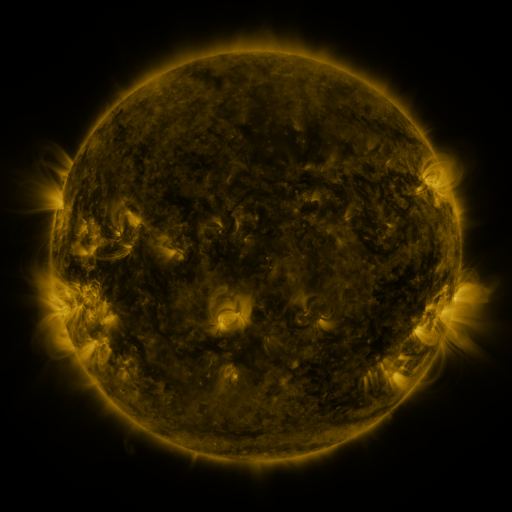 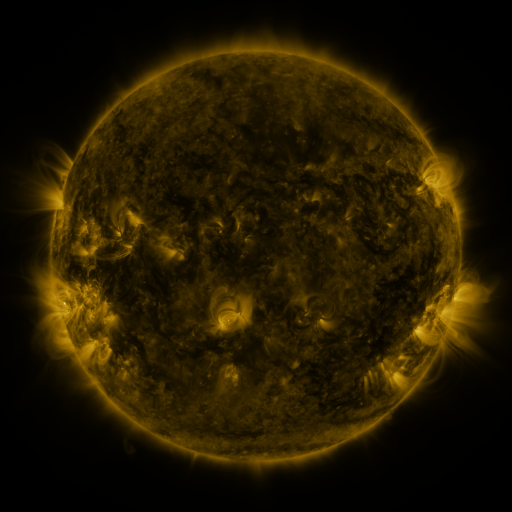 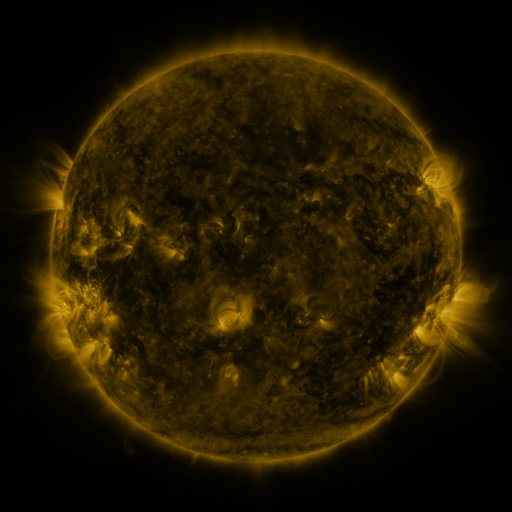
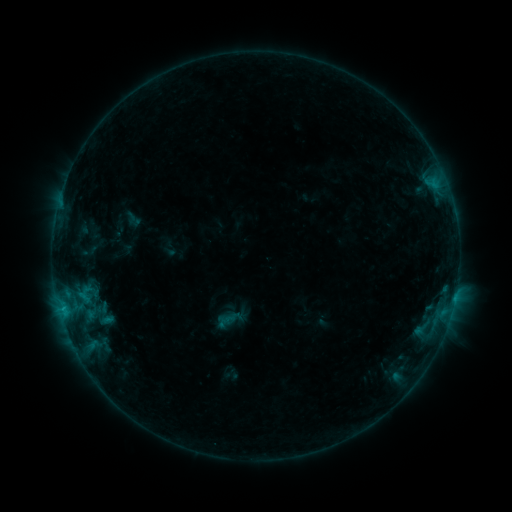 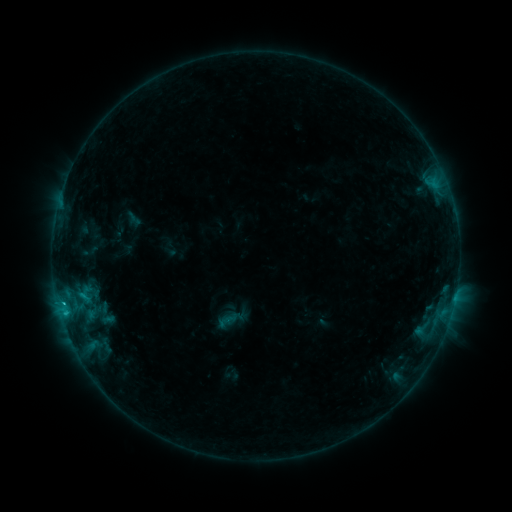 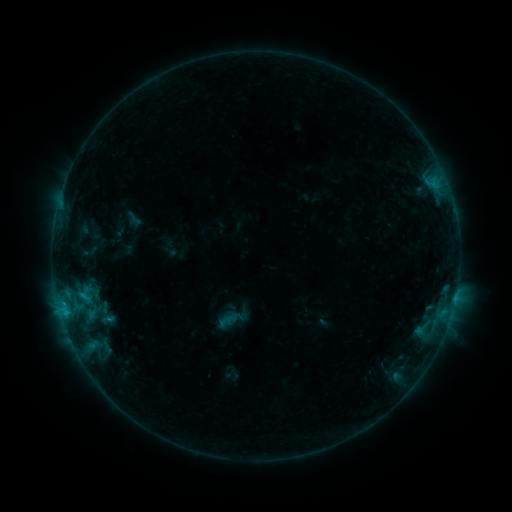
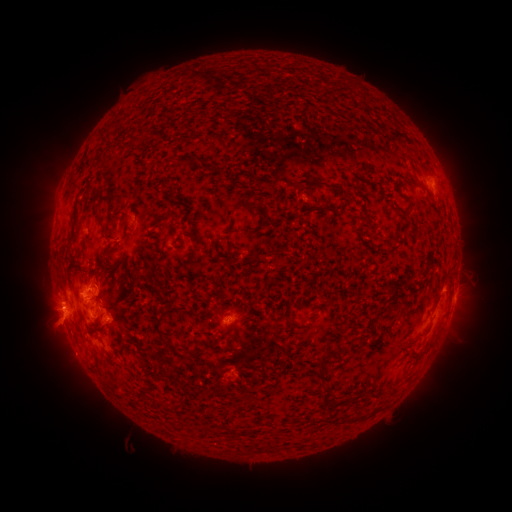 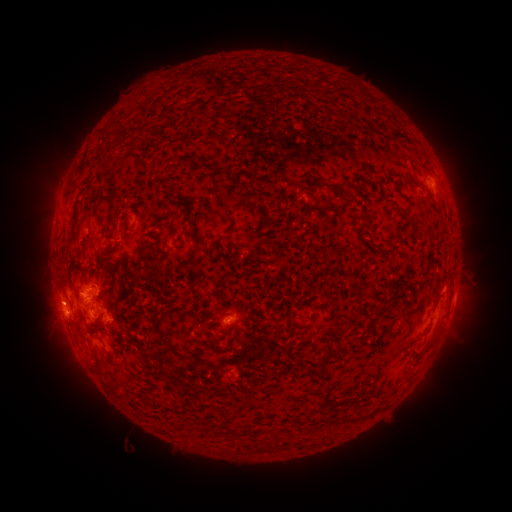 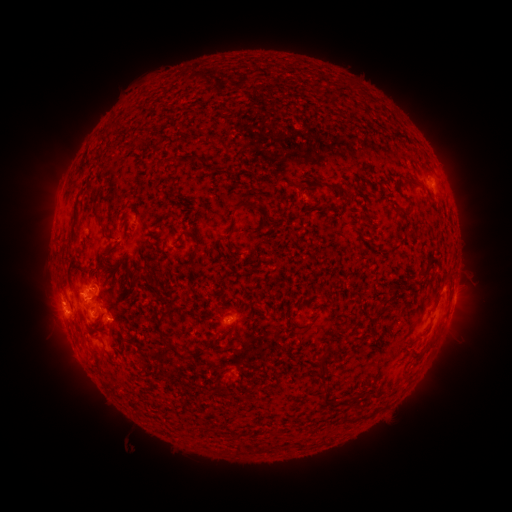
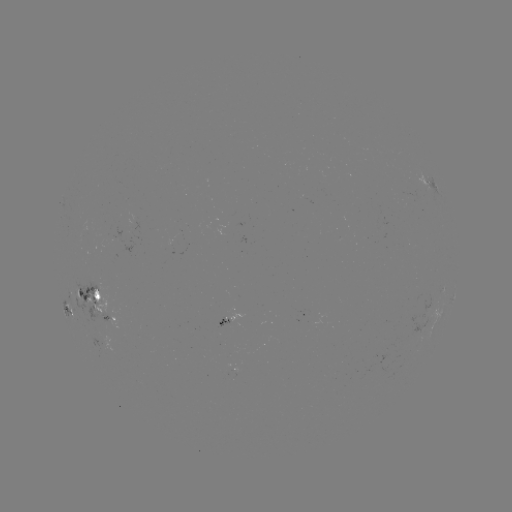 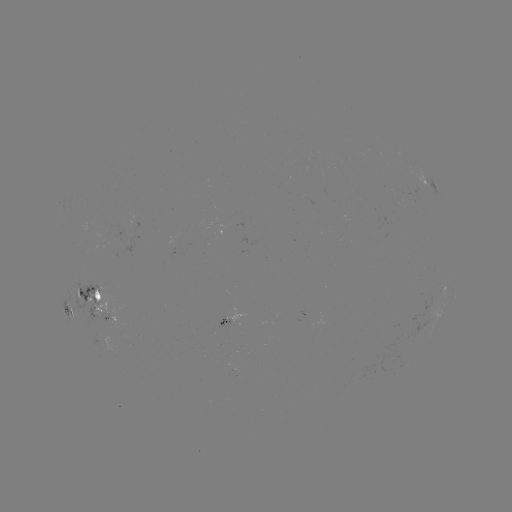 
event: flare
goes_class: C1.1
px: (65, 311)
